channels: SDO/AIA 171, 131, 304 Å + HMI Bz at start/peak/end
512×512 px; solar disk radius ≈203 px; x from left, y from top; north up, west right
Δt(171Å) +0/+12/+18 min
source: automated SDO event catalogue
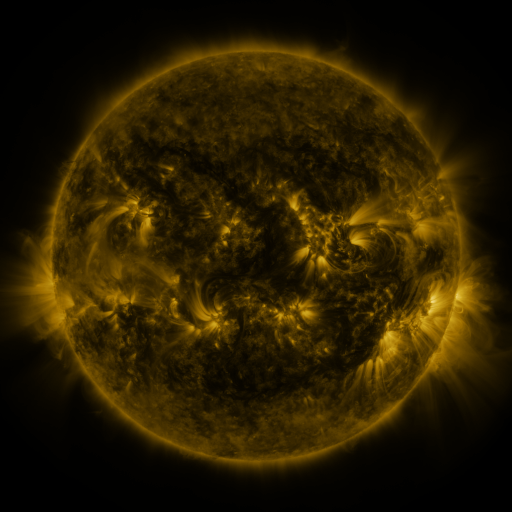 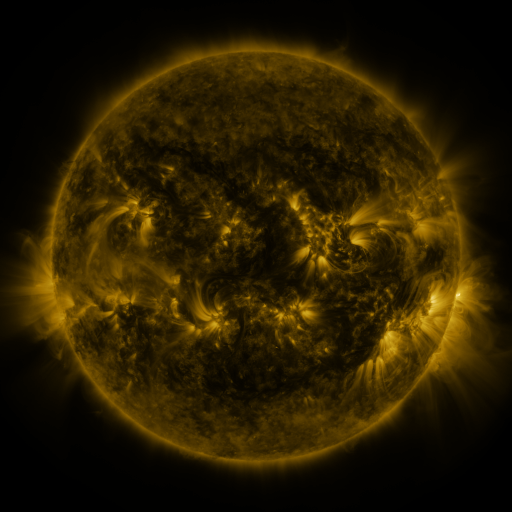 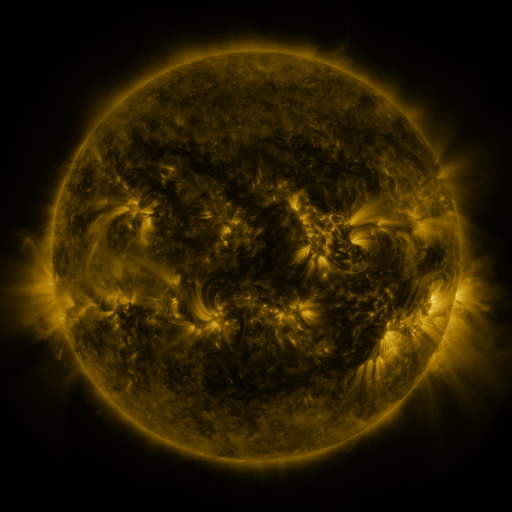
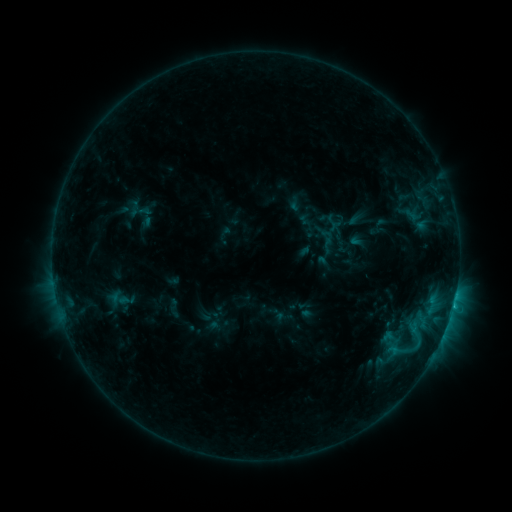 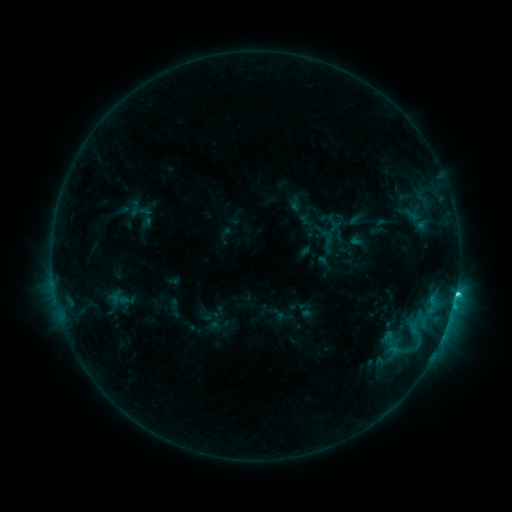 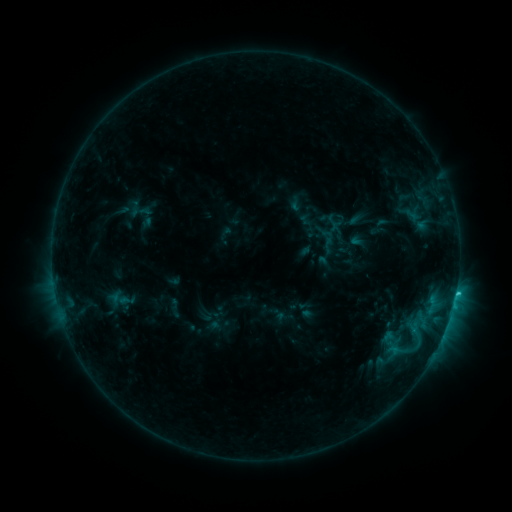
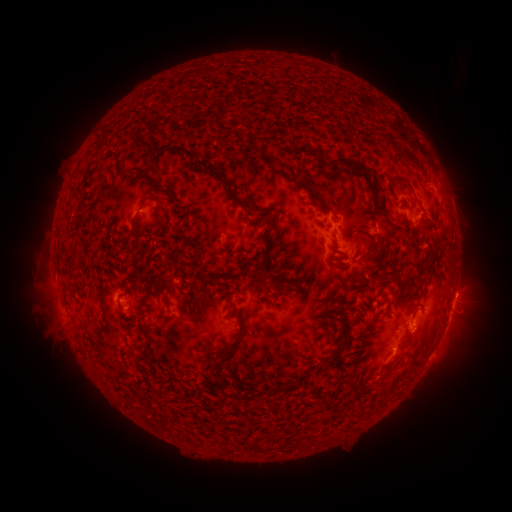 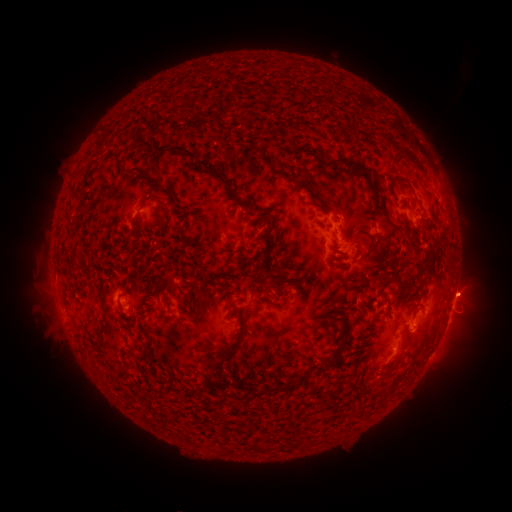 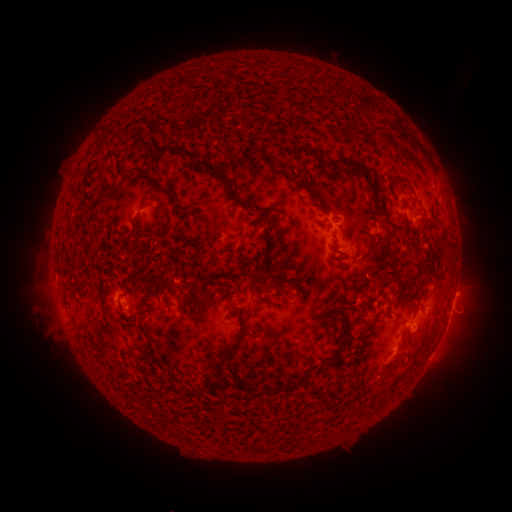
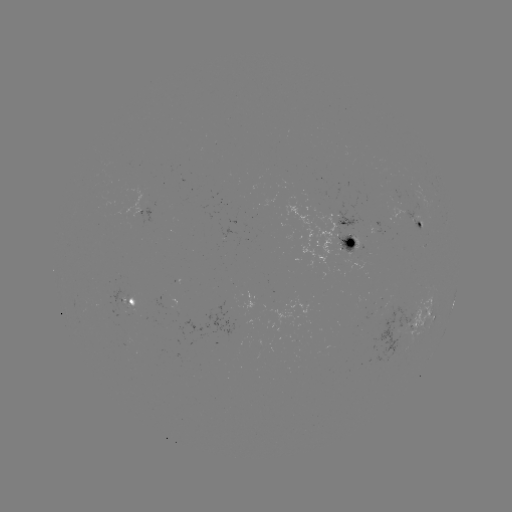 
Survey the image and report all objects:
C2.4 flare: (456, 291)
